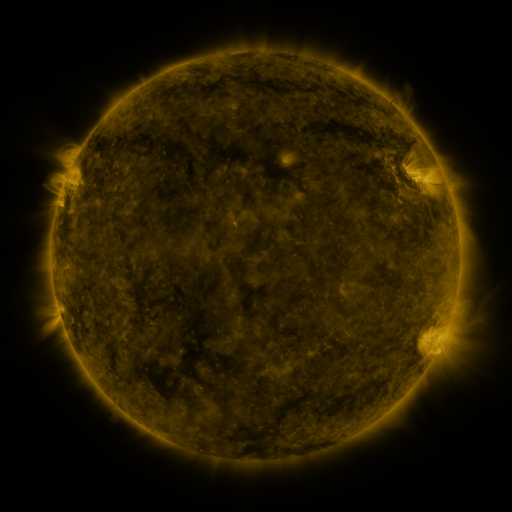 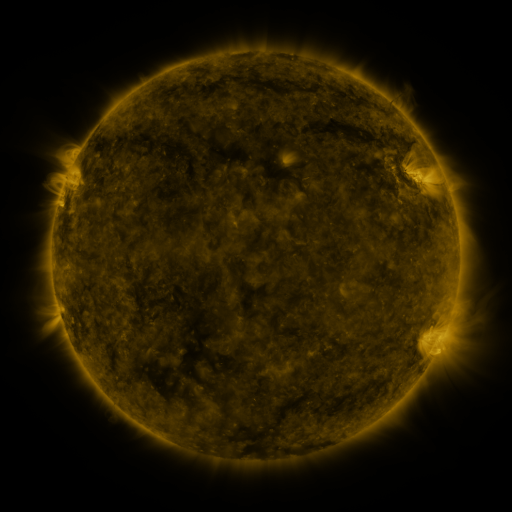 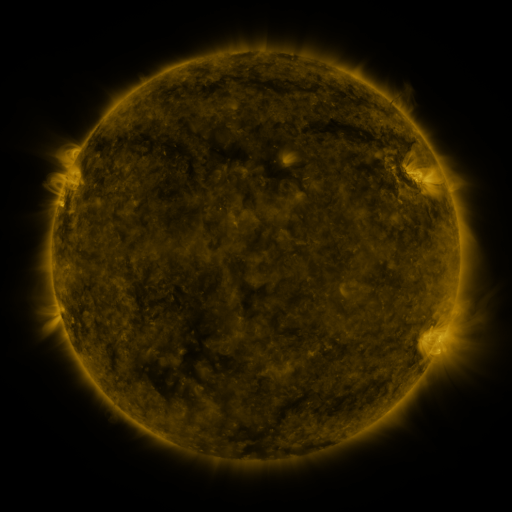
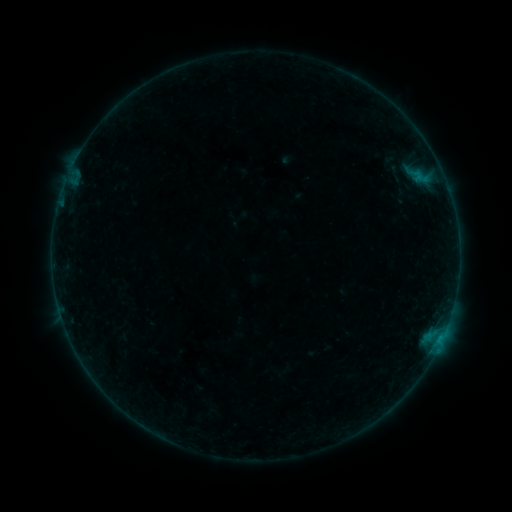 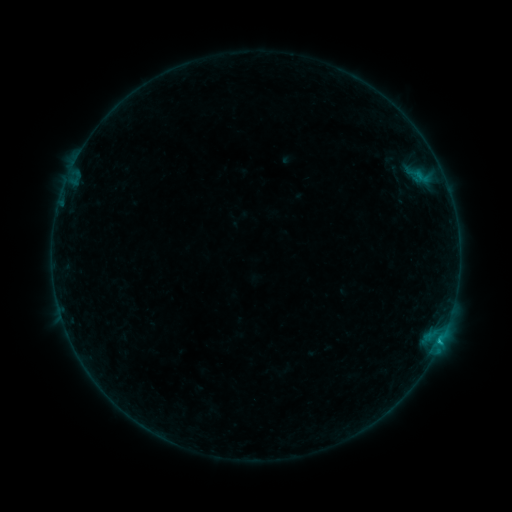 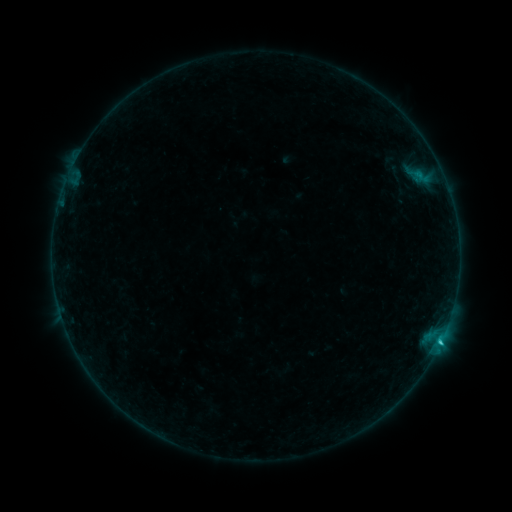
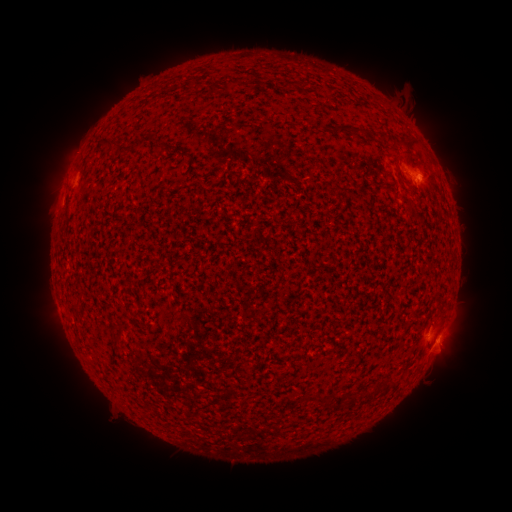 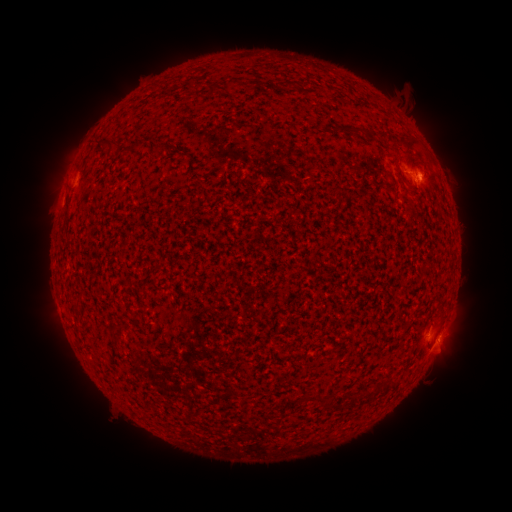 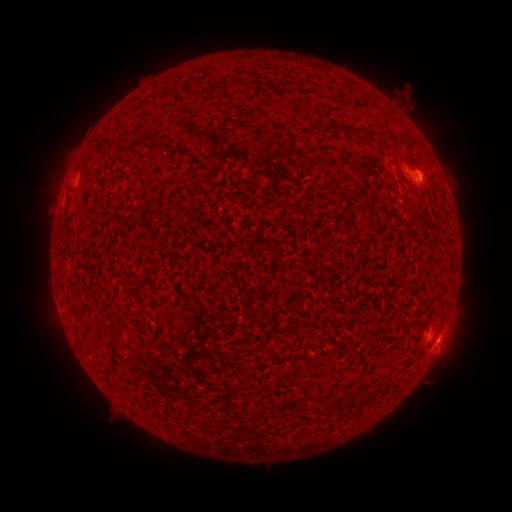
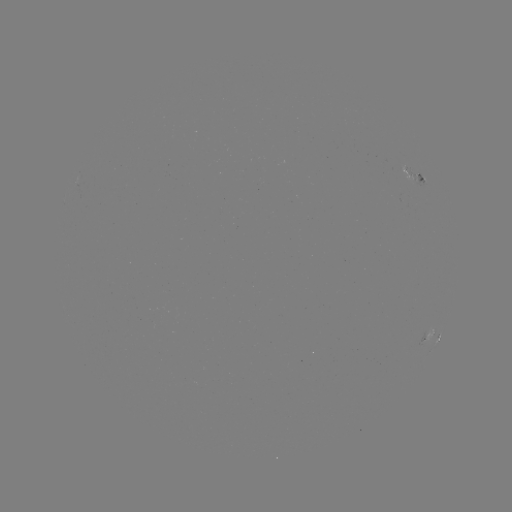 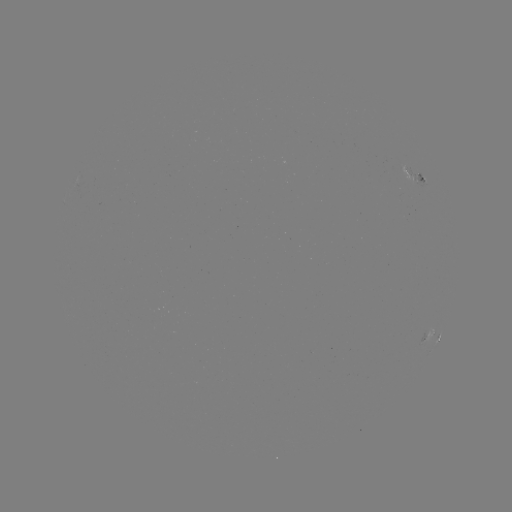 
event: flare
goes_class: B8.8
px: (438, 345)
